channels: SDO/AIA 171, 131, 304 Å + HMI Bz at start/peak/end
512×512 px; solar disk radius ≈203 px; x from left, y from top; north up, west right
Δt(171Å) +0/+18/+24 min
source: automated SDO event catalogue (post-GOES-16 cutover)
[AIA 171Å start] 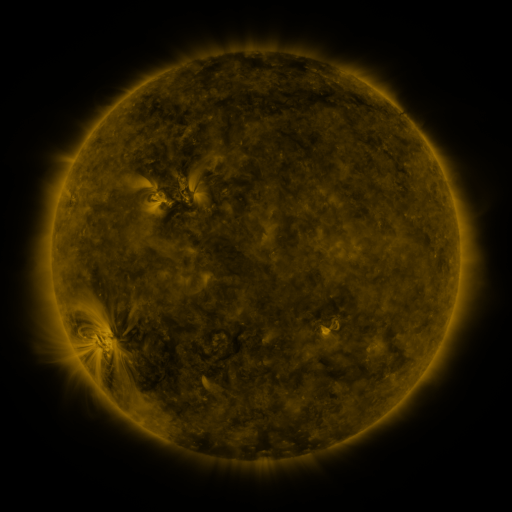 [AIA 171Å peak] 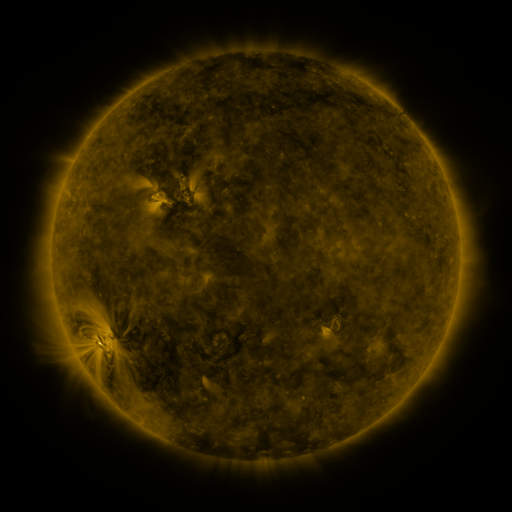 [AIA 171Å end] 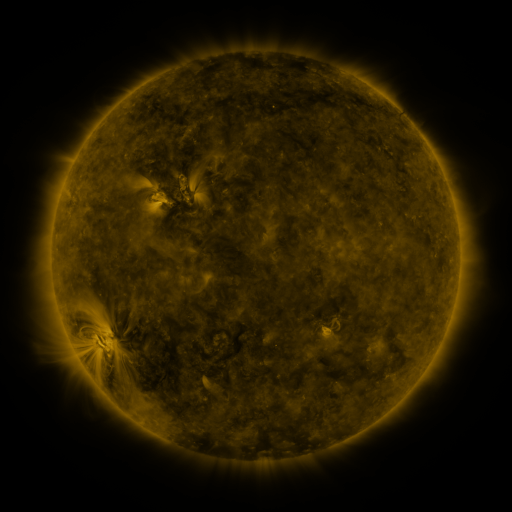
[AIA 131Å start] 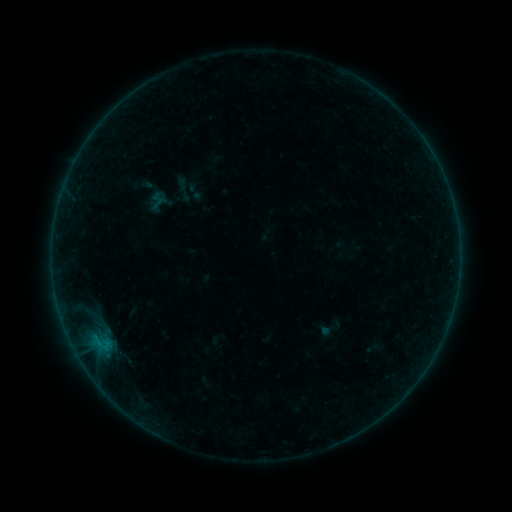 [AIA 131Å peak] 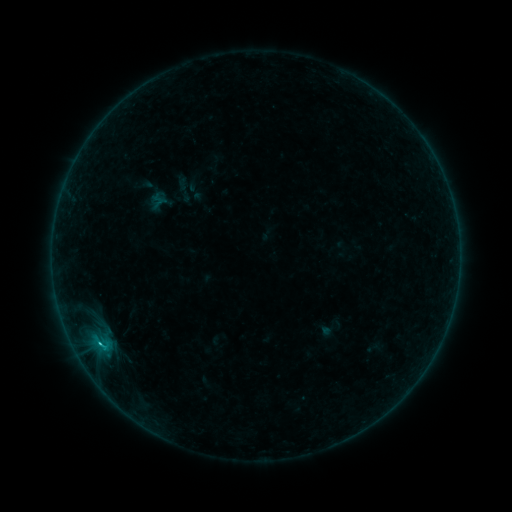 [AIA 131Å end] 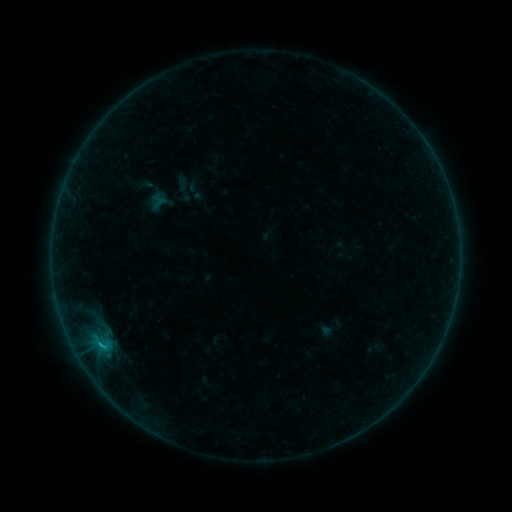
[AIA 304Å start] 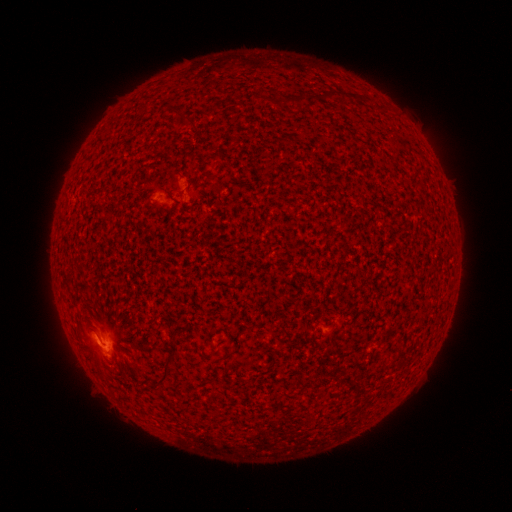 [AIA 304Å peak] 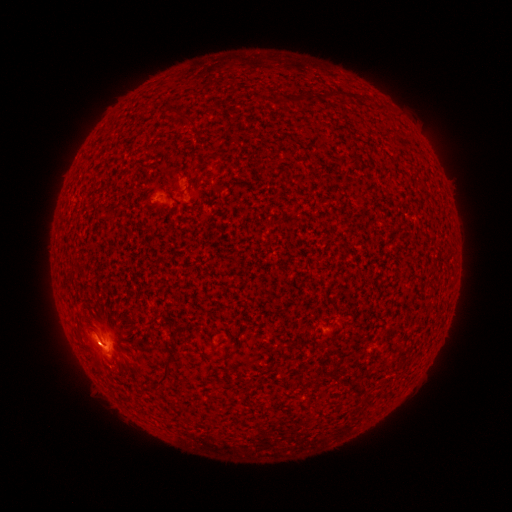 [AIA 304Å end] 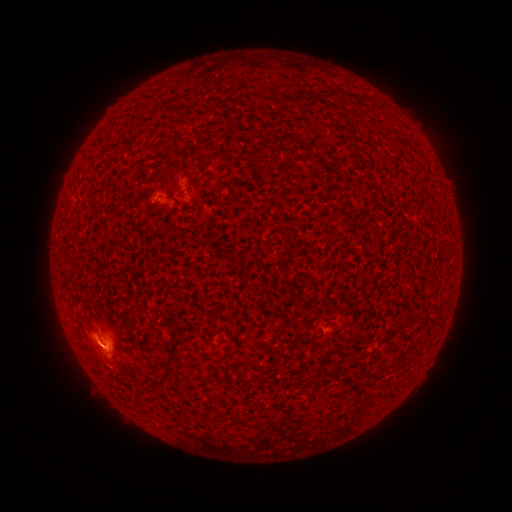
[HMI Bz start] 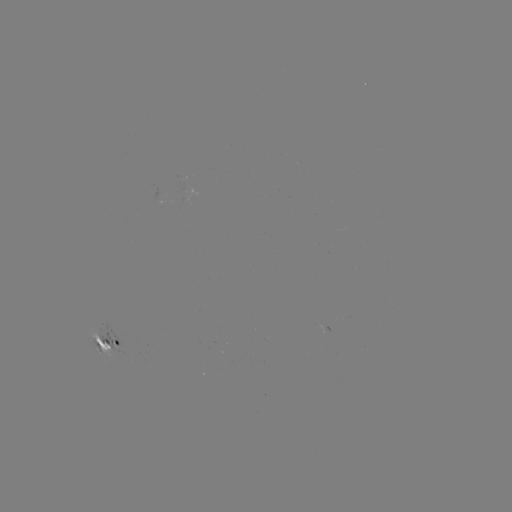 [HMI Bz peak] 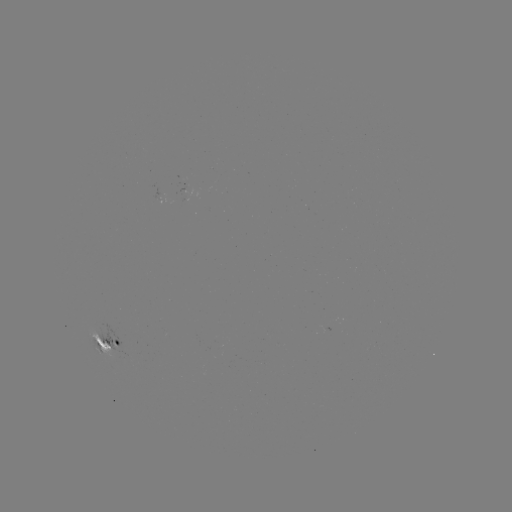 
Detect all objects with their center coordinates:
B8.9 flare: (100, 342)
